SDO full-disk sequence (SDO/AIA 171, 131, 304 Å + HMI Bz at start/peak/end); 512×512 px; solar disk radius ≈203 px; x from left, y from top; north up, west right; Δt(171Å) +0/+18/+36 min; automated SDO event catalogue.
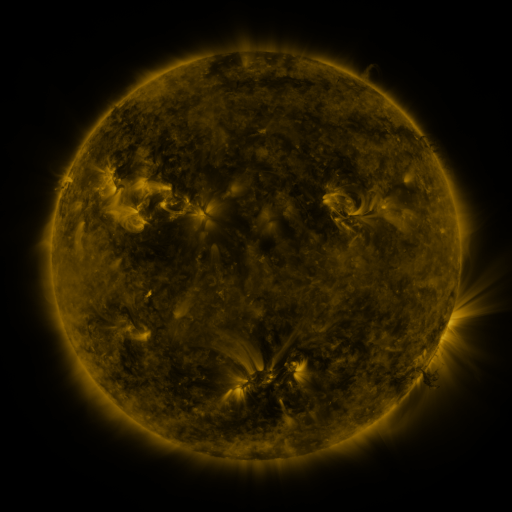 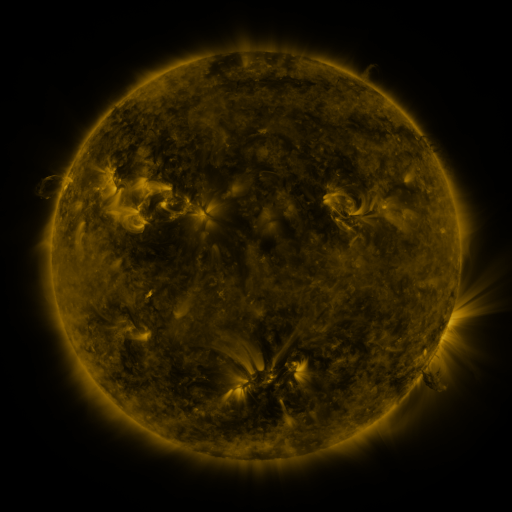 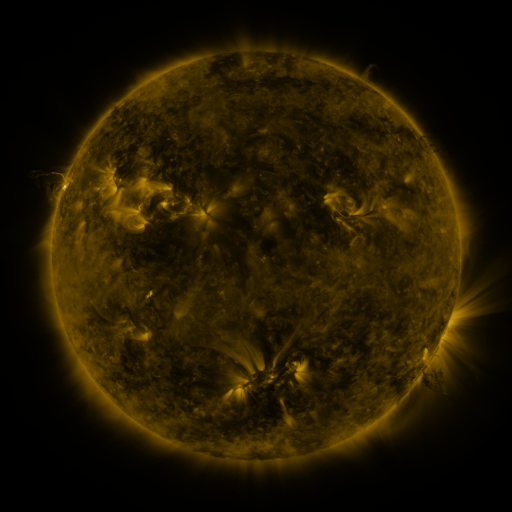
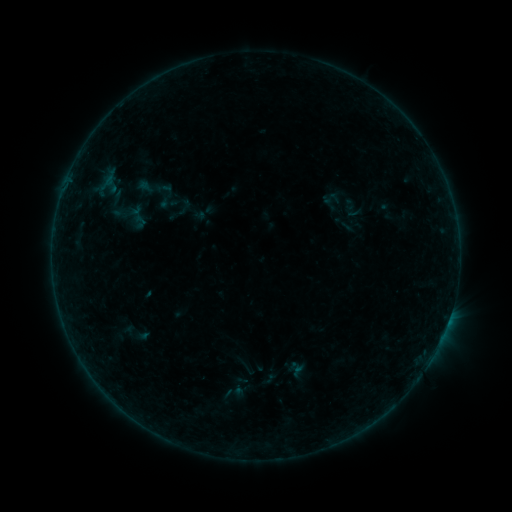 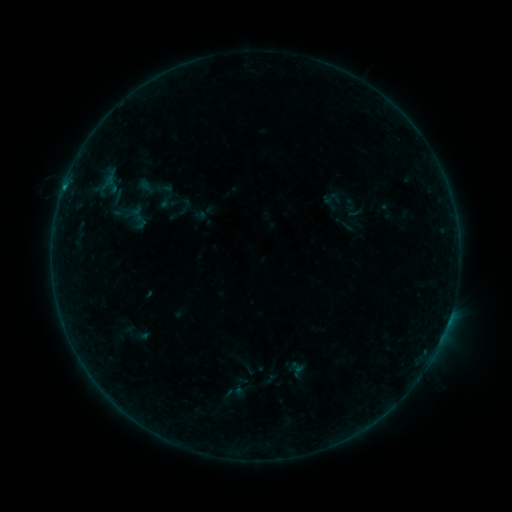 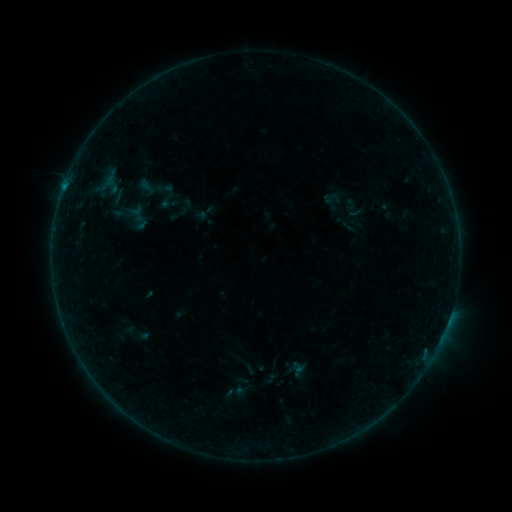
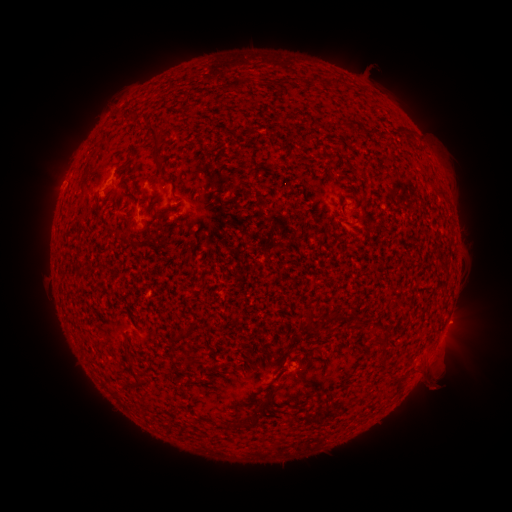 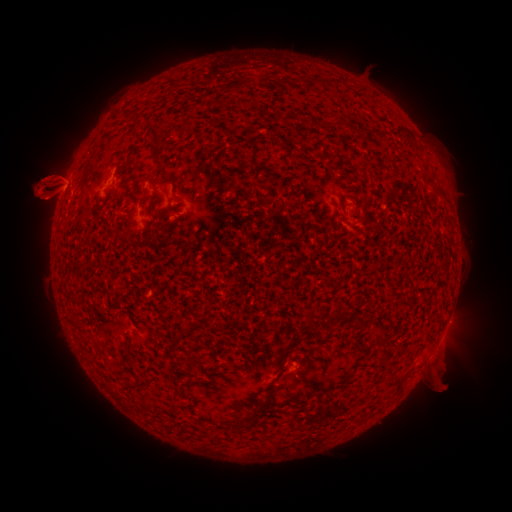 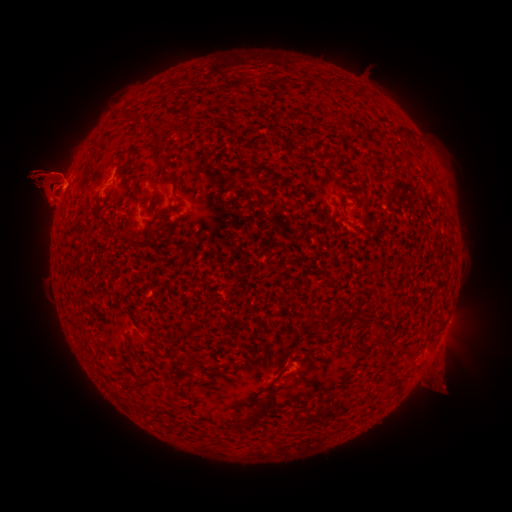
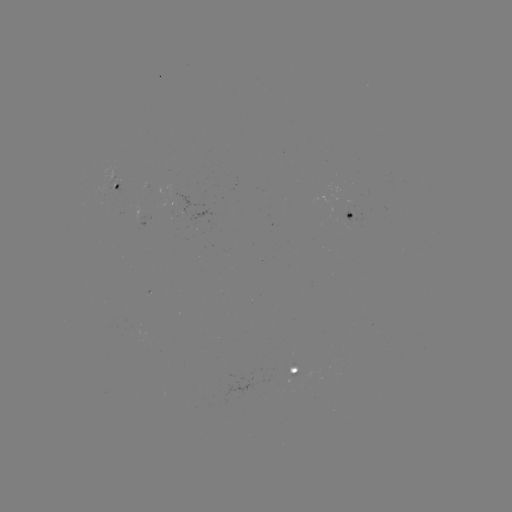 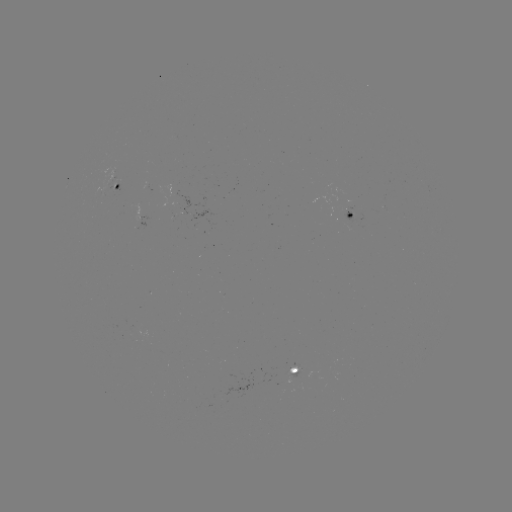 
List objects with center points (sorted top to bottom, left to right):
eruption: (43, 183)
